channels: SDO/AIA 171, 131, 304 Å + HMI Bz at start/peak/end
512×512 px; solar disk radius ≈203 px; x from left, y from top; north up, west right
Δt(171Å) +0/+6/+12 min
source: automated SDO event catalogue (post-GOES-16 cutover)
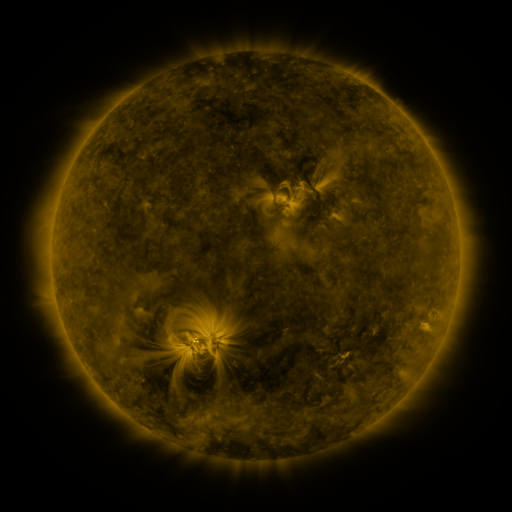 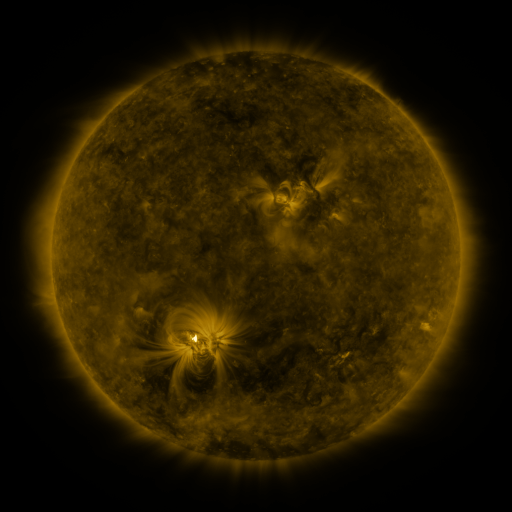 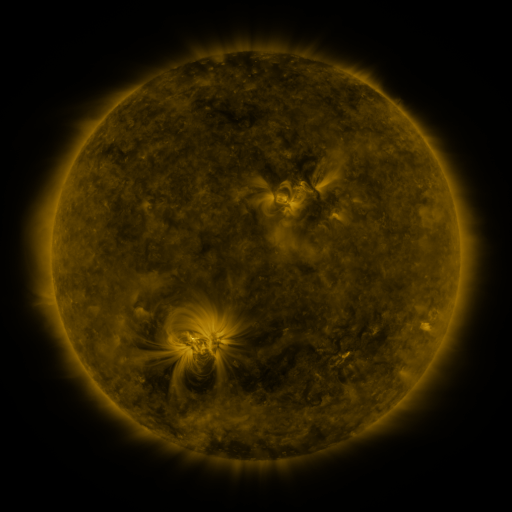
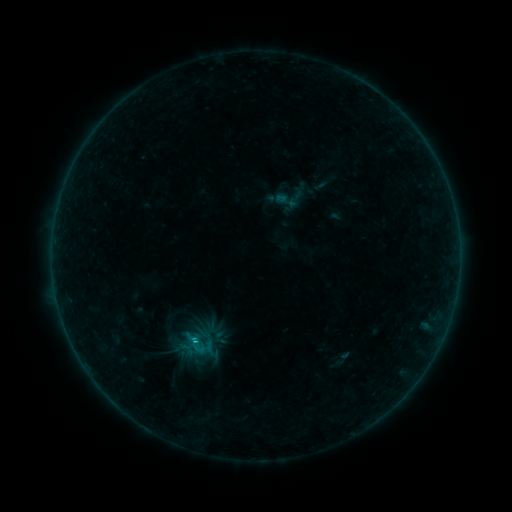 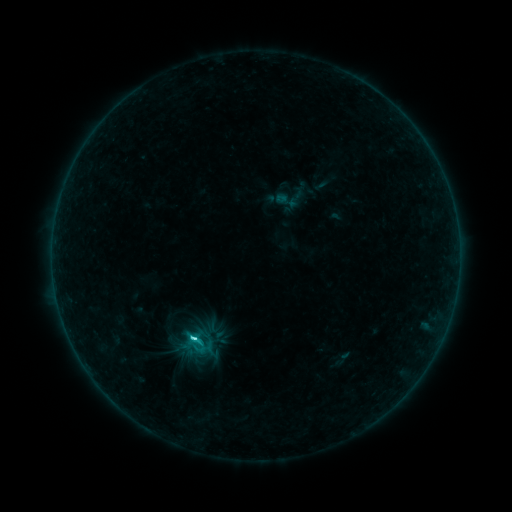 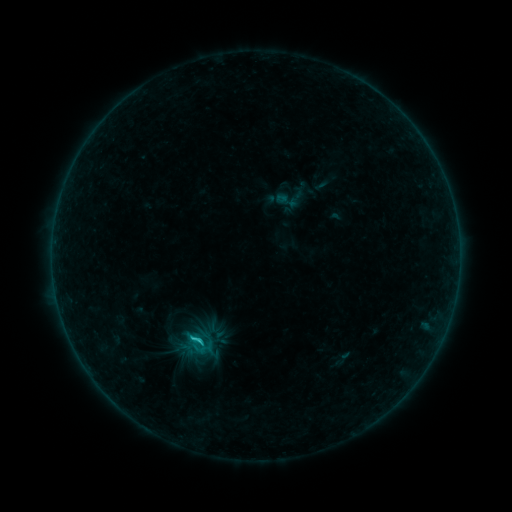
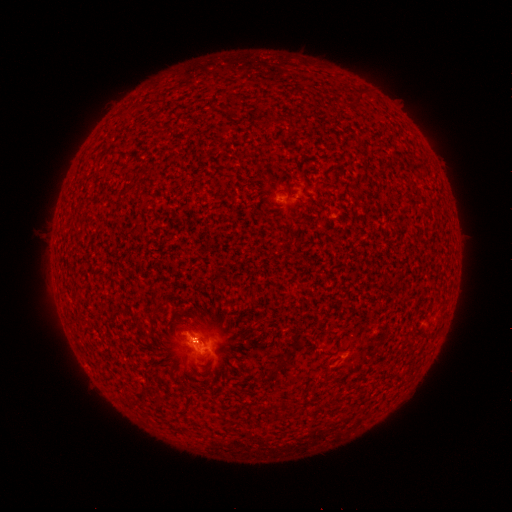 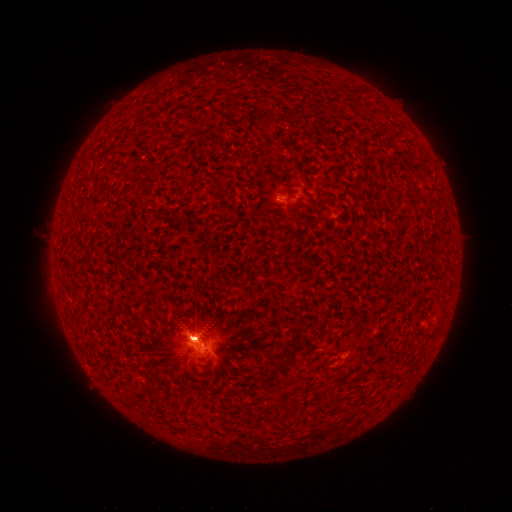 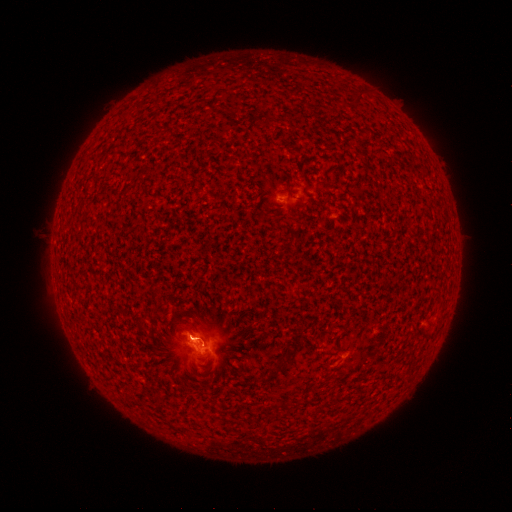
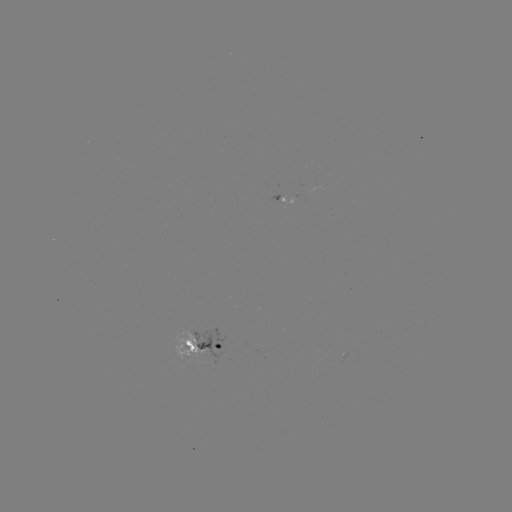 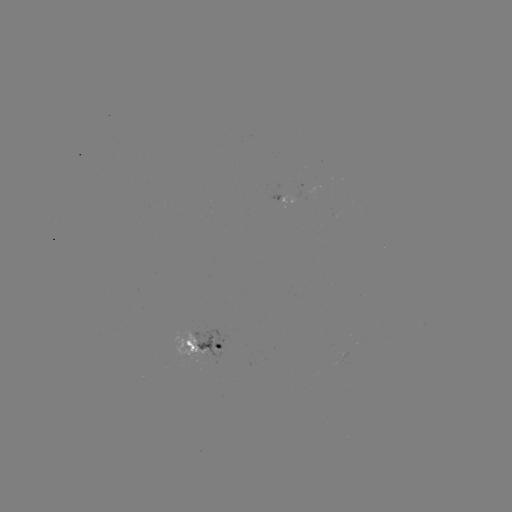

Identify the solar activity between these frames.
C2.3 flare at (193, 337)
